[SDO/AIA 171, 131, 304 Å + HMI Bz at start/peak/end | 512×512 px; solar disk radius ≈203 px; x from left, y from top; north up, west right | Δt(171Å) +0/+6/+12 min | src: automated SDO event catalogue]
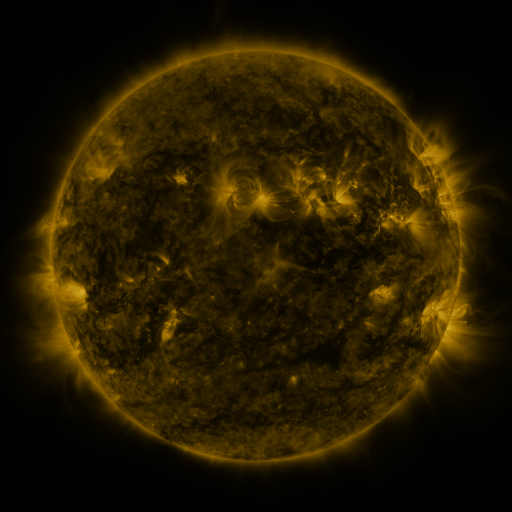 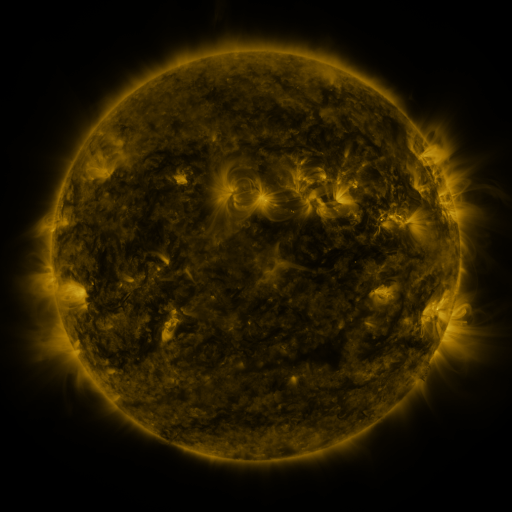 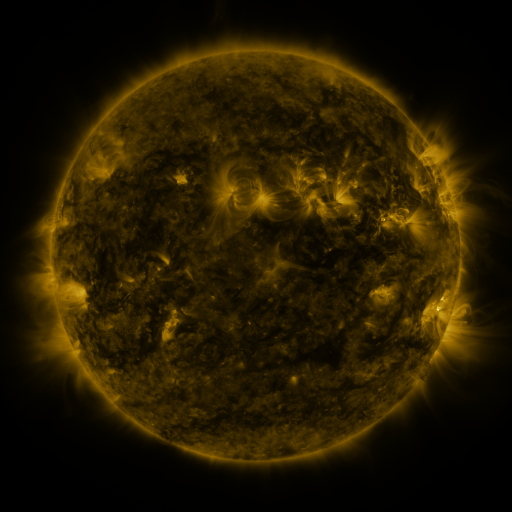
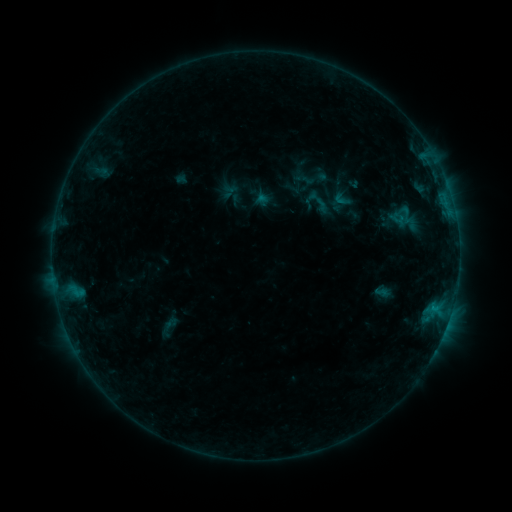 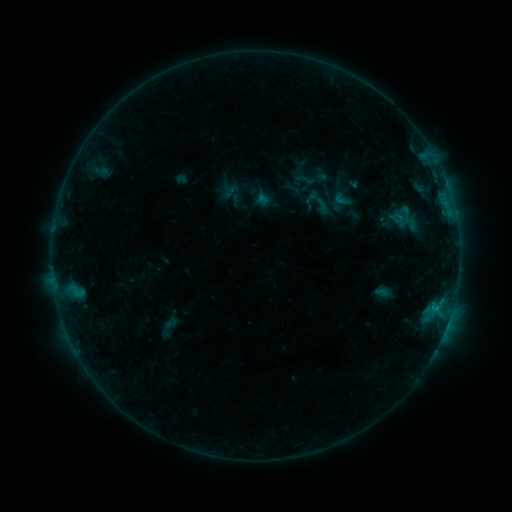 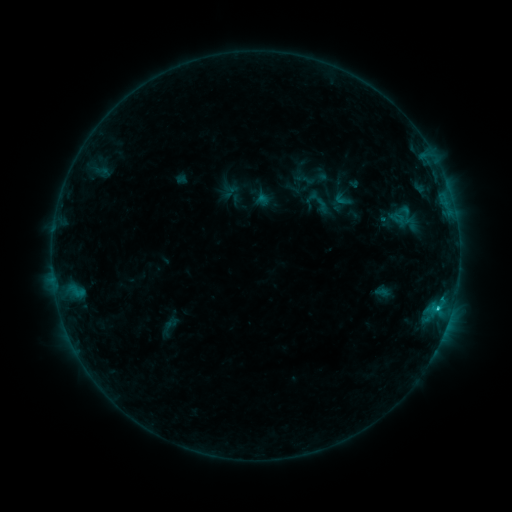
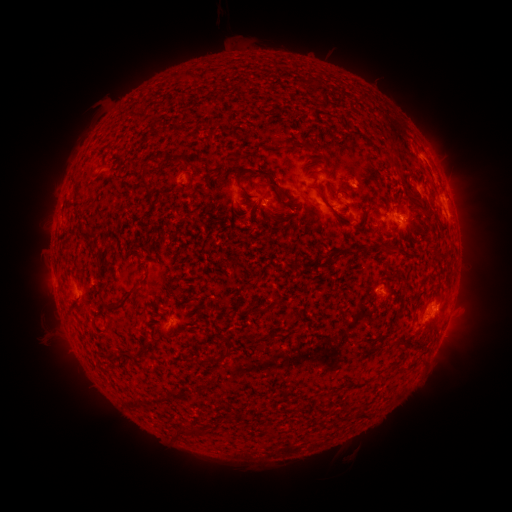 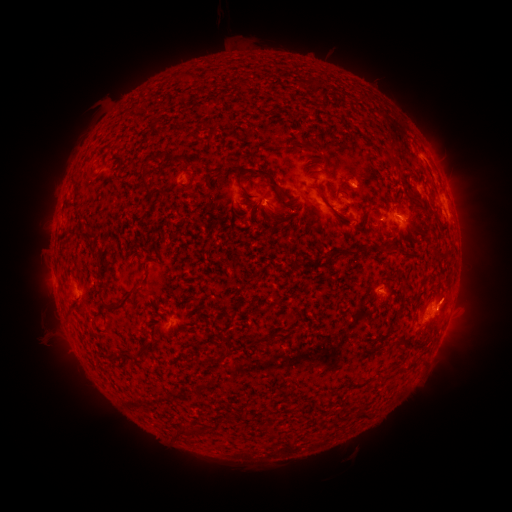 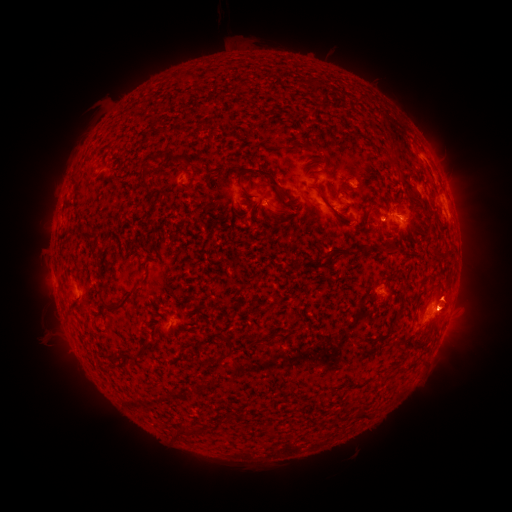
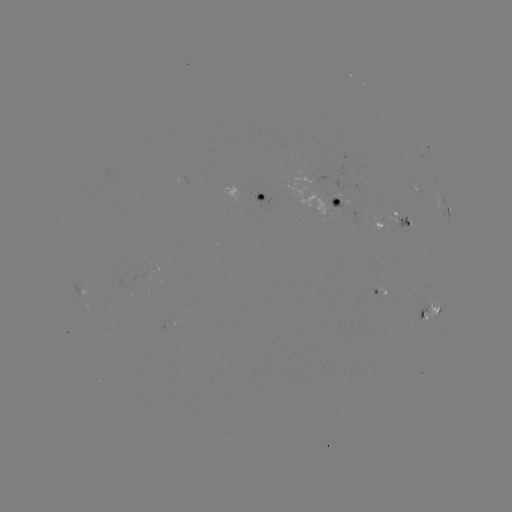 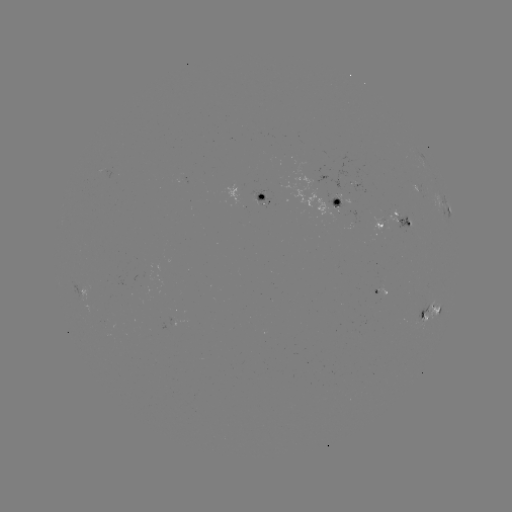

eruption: [399, 261, 485, 342]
